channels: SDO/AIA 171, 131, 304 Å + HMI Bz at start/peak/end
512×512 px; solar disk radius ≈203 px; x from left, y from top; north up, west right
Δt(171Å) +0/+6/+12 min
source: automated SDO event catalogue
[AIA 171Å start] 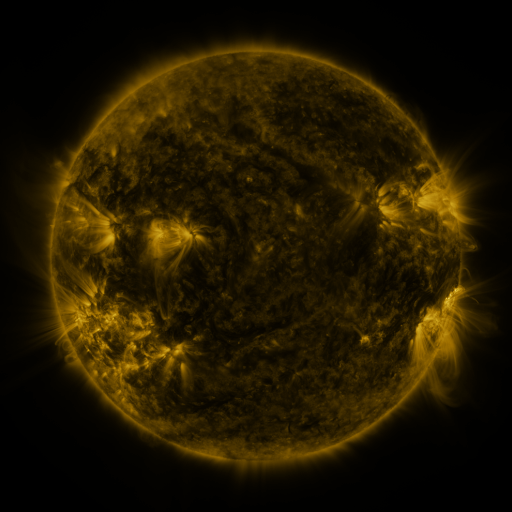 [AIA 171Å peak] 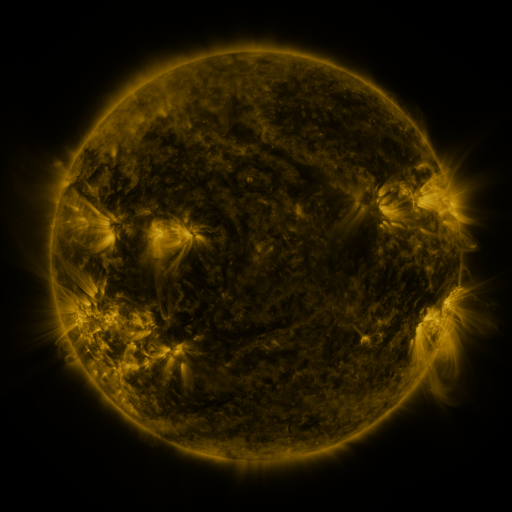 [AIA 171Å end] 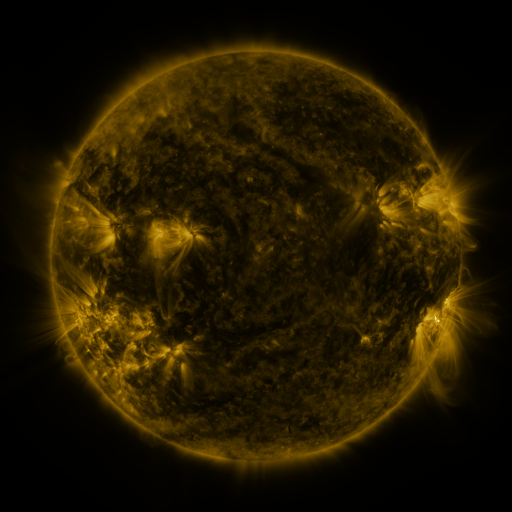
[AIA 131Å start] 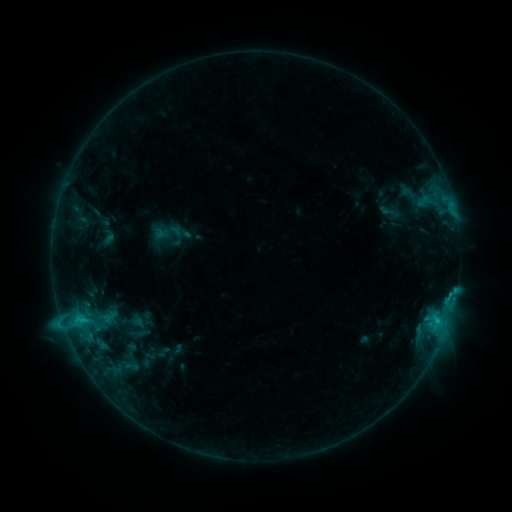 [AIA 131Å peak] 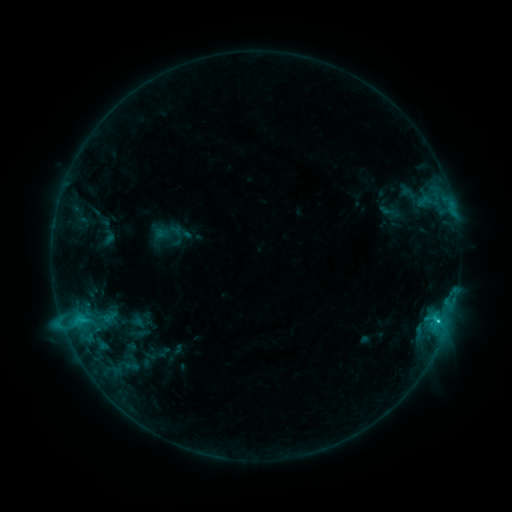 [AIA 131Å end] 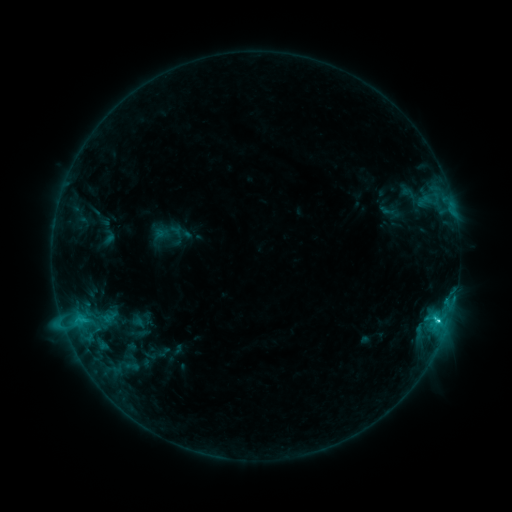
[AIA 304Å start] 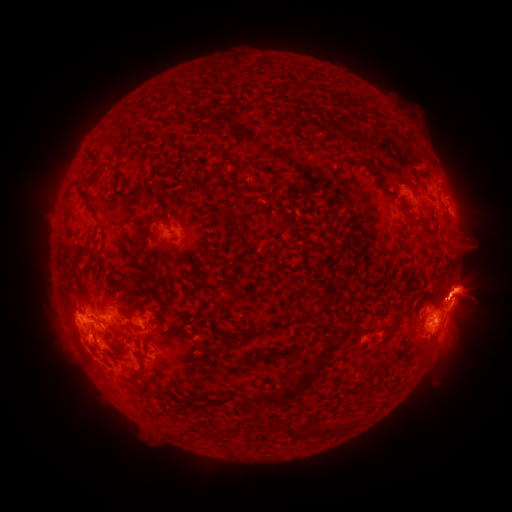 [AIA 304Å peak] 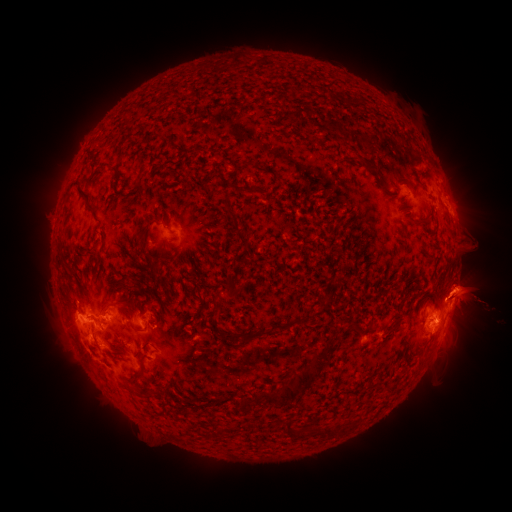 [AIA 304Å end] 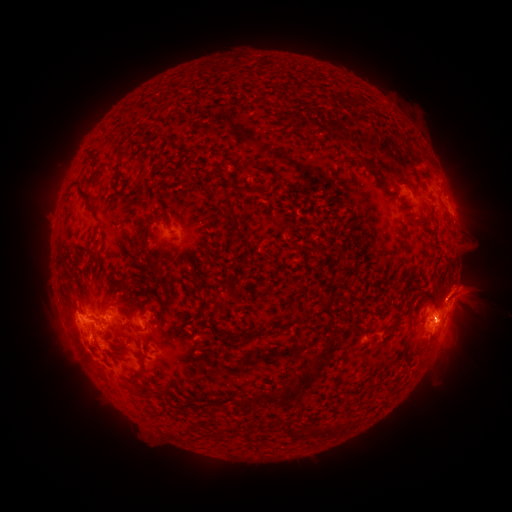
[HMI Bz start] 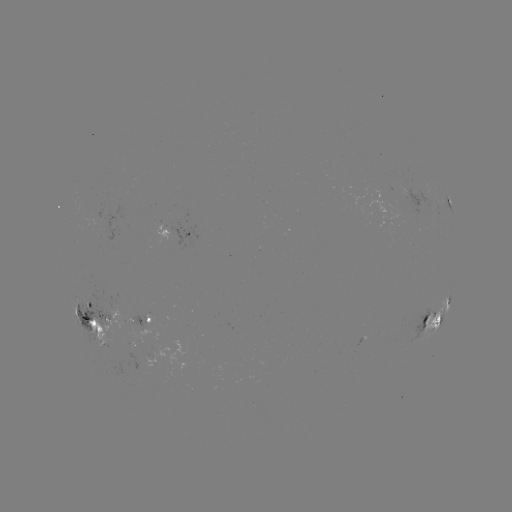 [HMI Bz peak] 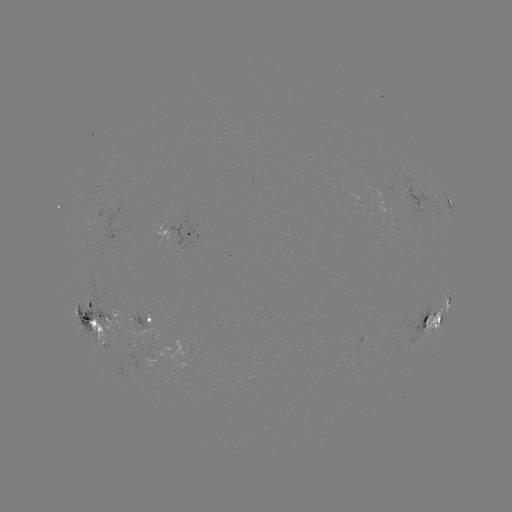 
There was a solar flare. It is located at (439, 319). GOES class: C4.4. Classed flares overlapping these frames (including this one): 1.